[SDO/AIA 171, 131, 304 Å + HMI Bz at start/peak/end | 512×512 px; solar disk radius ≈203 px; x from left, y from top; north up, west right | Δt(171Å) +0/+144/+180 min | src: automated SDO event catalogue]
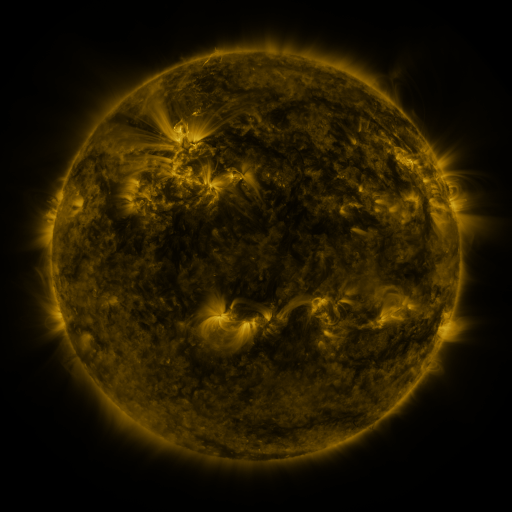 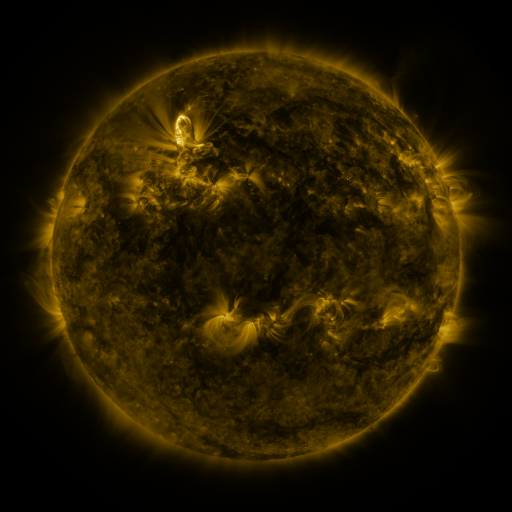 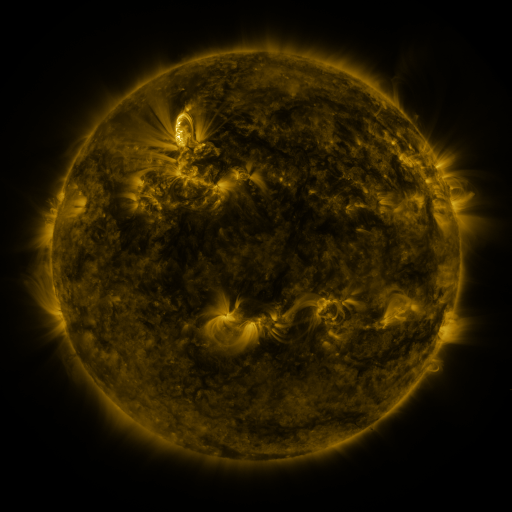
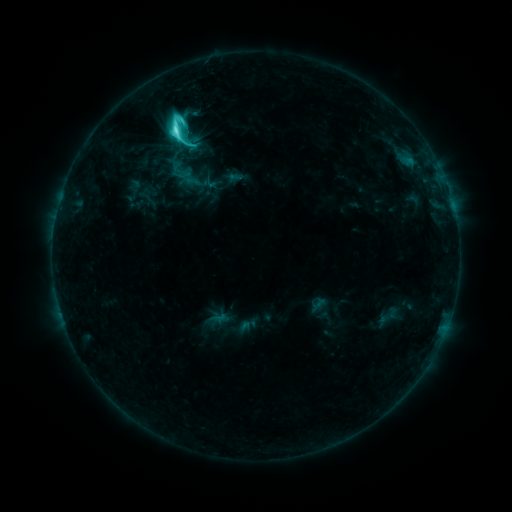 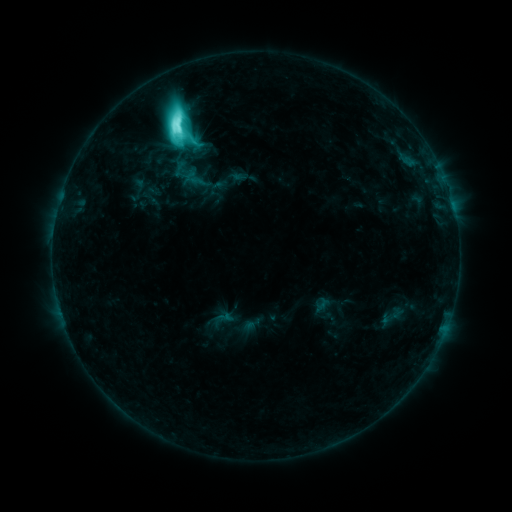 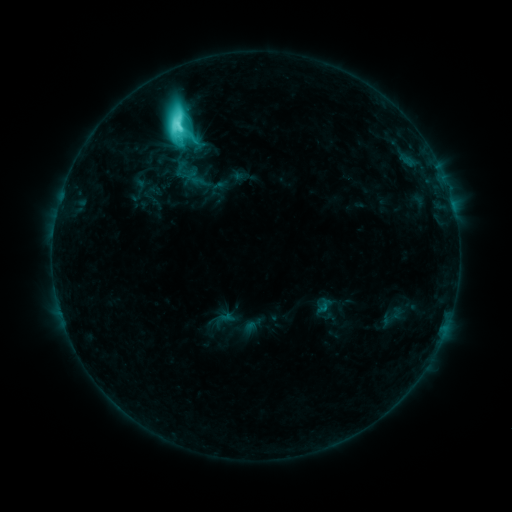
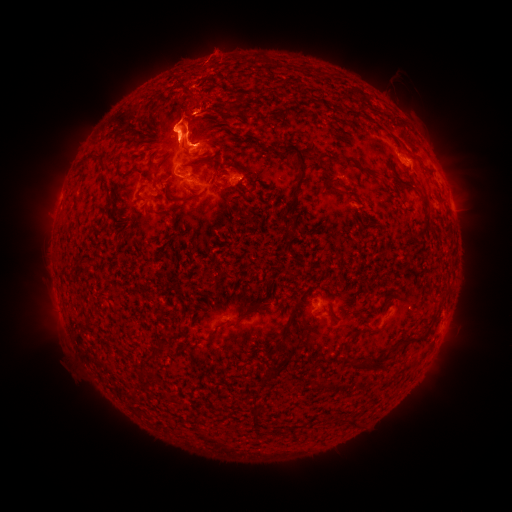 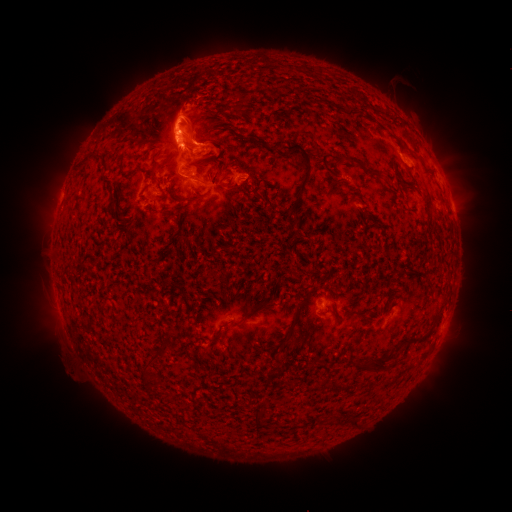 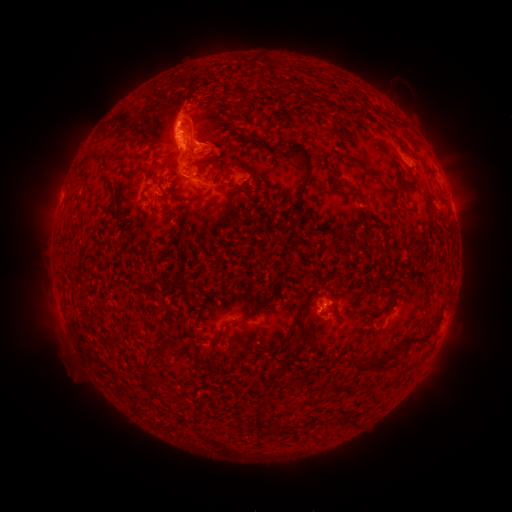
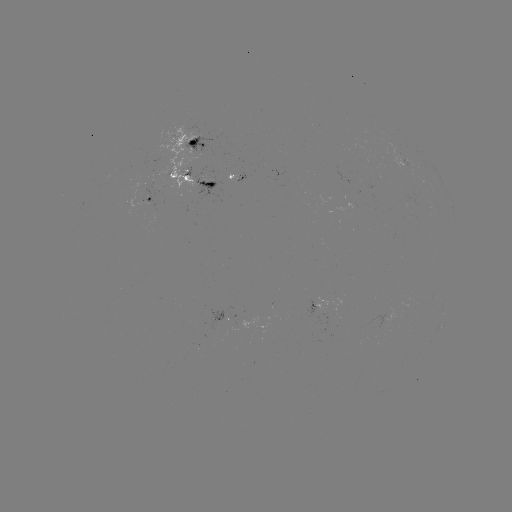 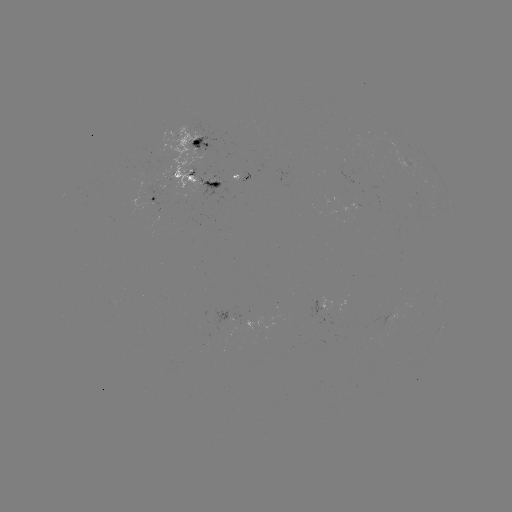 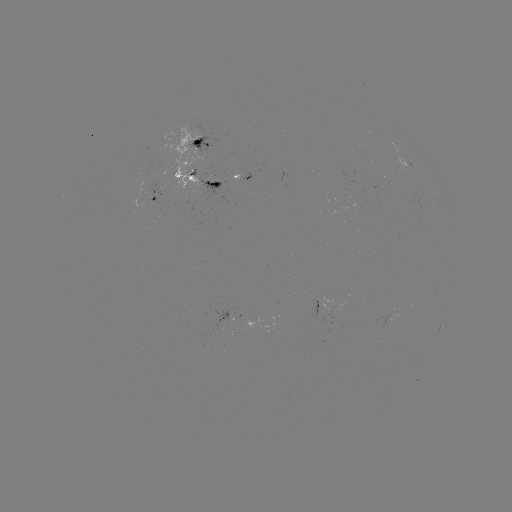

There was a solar emerging-flux region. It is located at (342, 323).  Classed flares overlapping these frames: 2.